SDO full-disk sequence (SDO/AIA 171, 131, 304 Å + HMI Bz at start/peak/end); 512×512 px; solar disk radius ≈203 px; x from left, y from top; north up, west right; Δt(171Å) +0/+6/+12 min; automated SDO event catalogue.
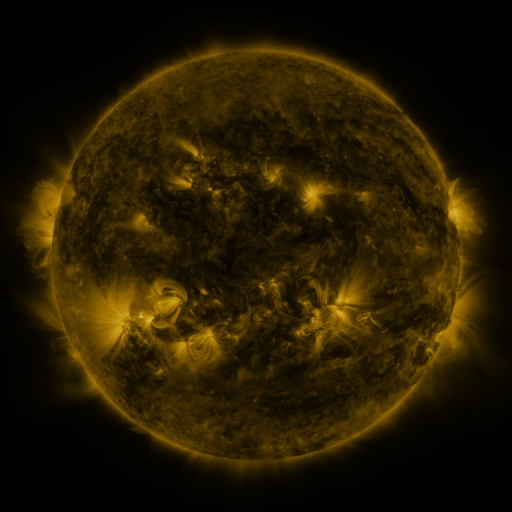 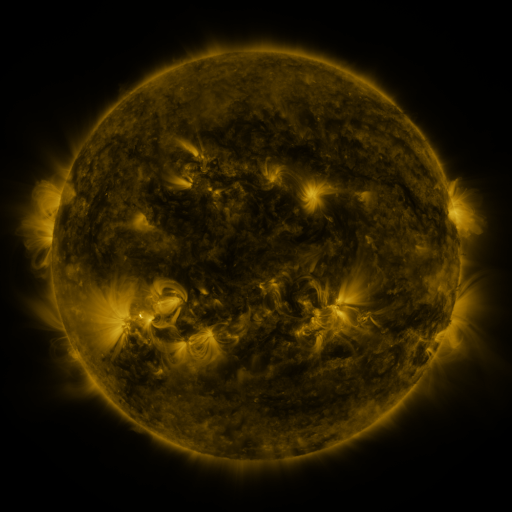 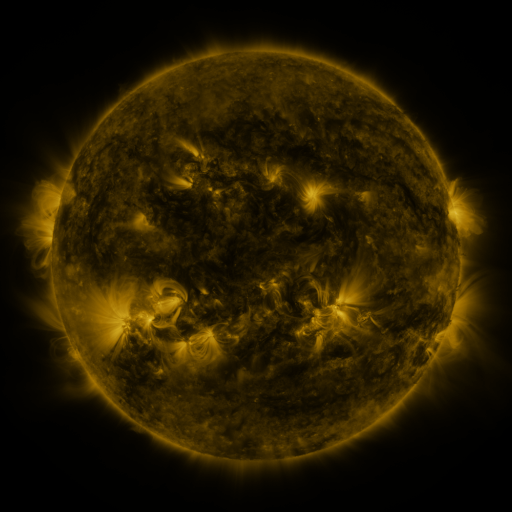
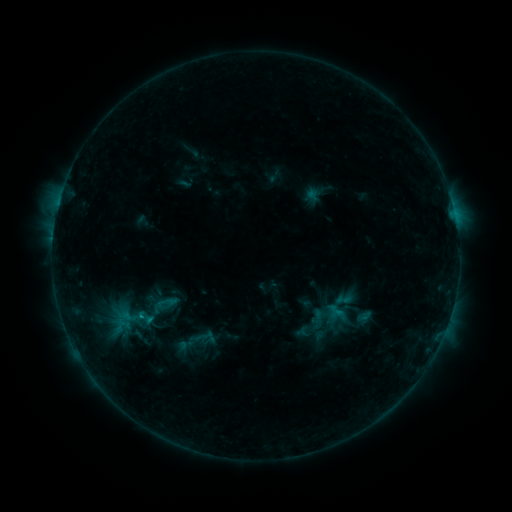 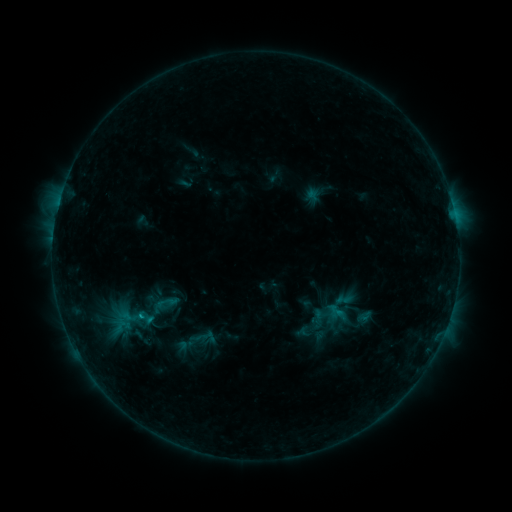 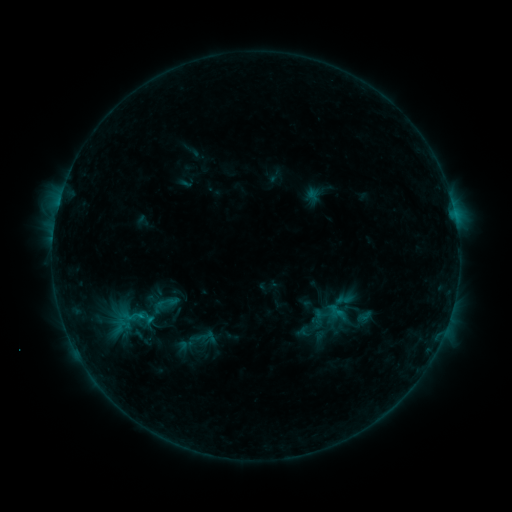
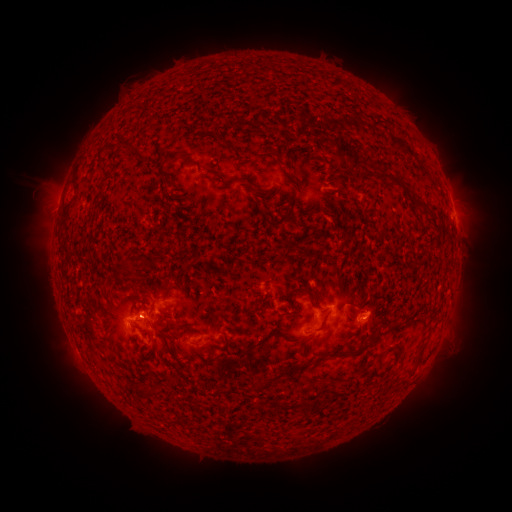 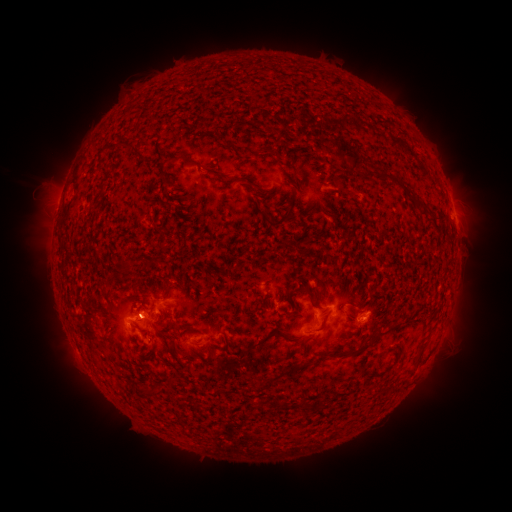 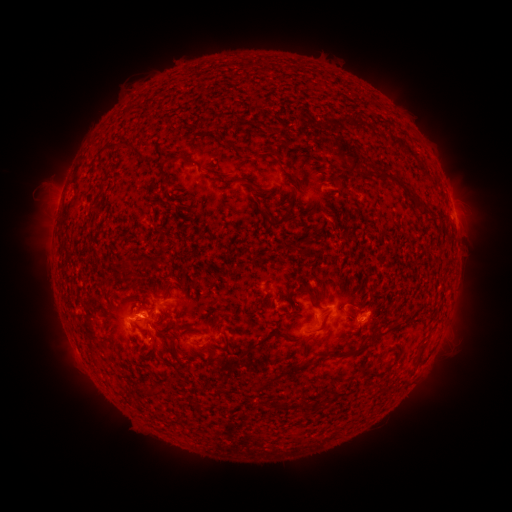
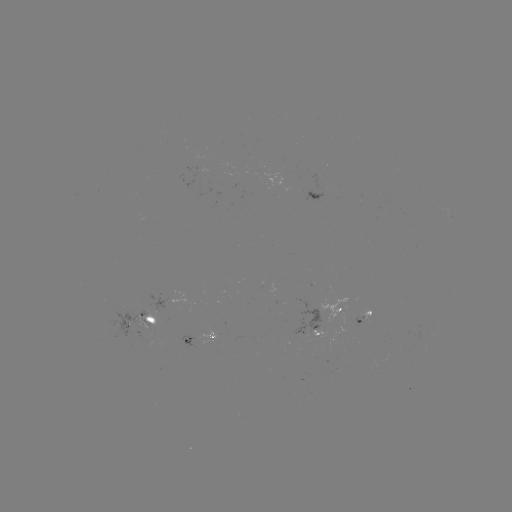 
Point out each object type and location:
B5.7 flare: (143, 314)
